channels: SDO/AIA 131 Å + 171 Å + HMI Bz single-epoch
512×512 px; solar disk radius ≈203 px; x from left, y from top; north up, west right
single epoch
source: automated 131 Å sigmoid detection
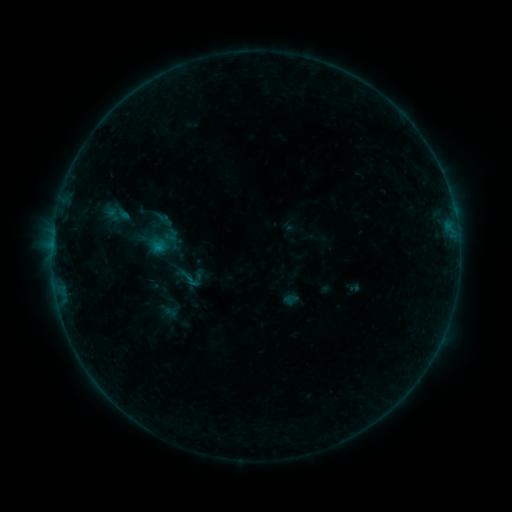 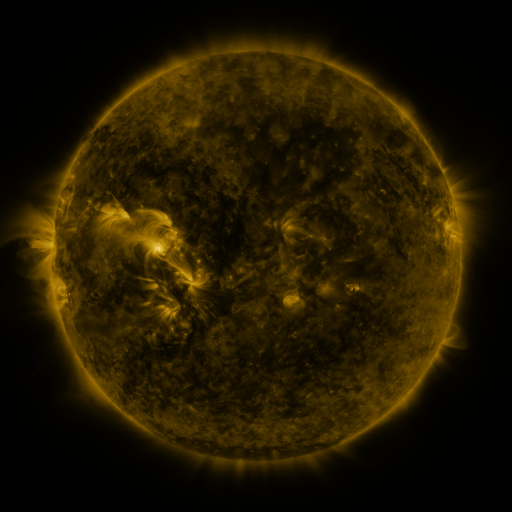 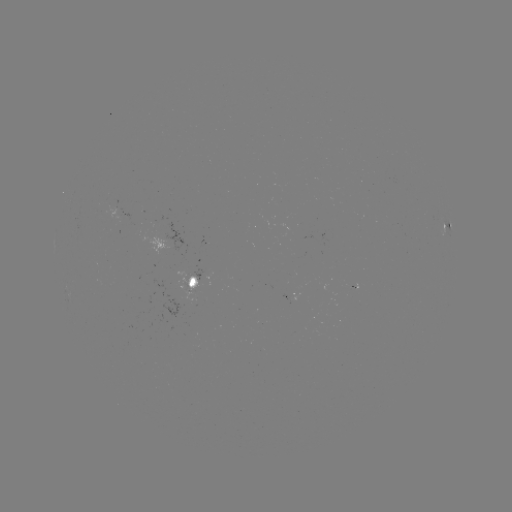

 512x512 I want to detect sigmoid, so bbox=[172, 260, 208, 295].